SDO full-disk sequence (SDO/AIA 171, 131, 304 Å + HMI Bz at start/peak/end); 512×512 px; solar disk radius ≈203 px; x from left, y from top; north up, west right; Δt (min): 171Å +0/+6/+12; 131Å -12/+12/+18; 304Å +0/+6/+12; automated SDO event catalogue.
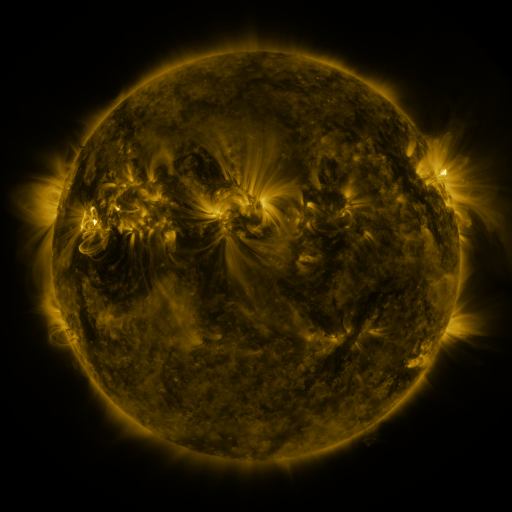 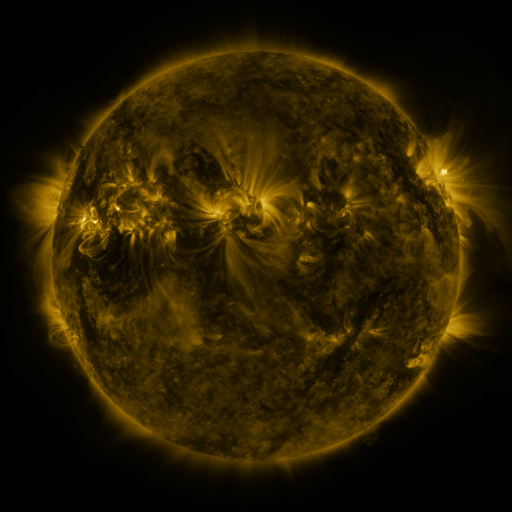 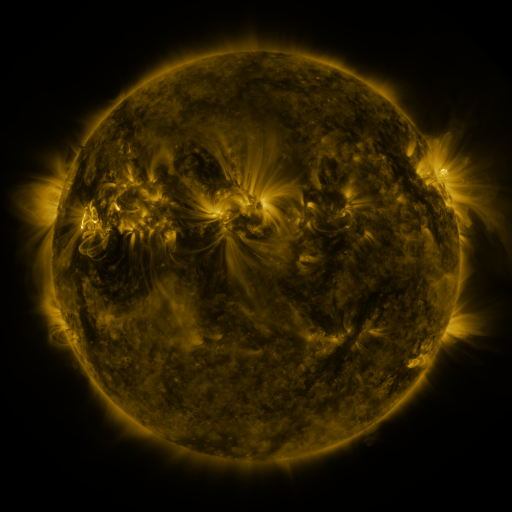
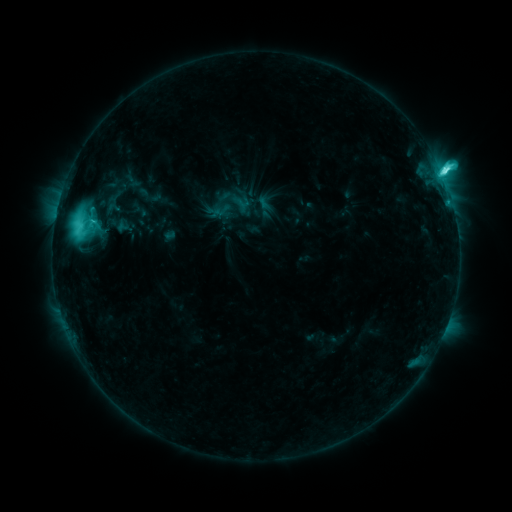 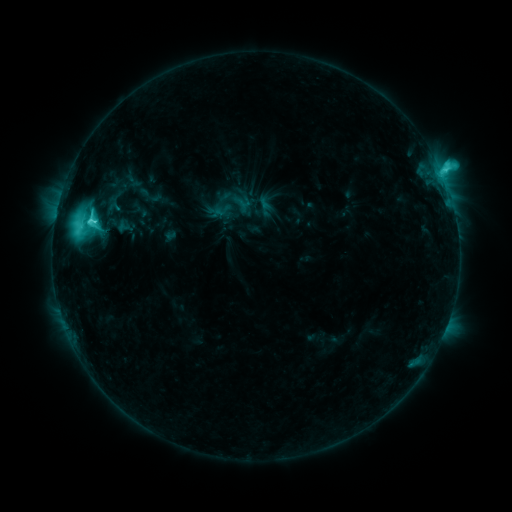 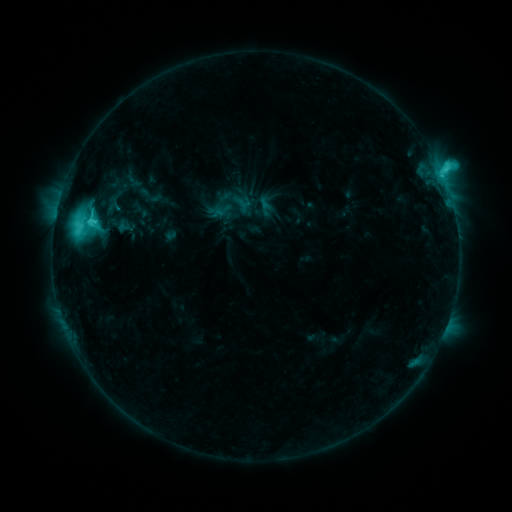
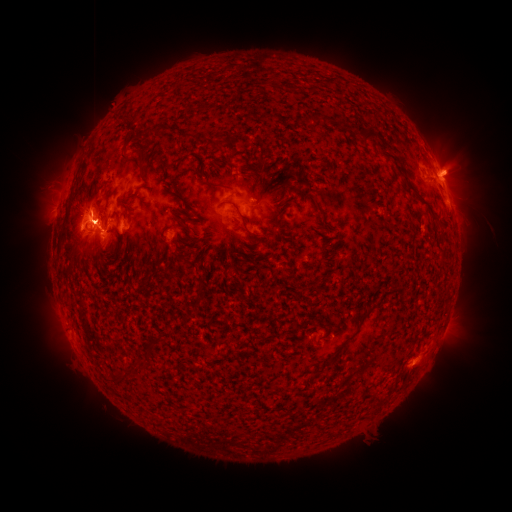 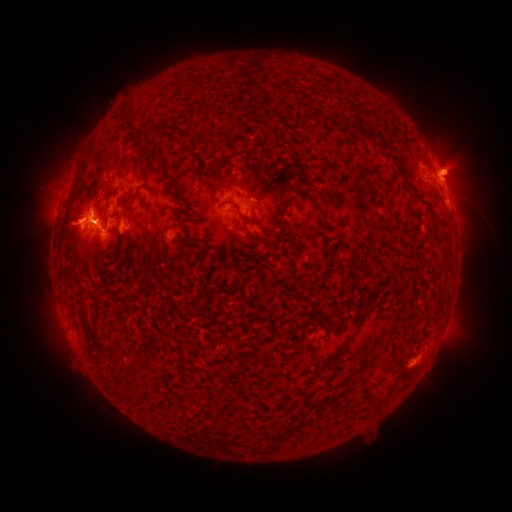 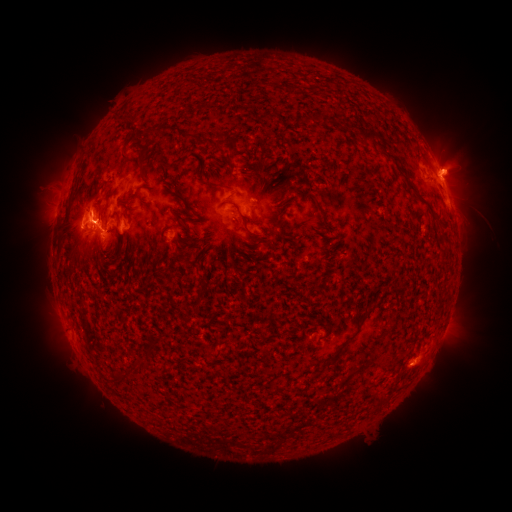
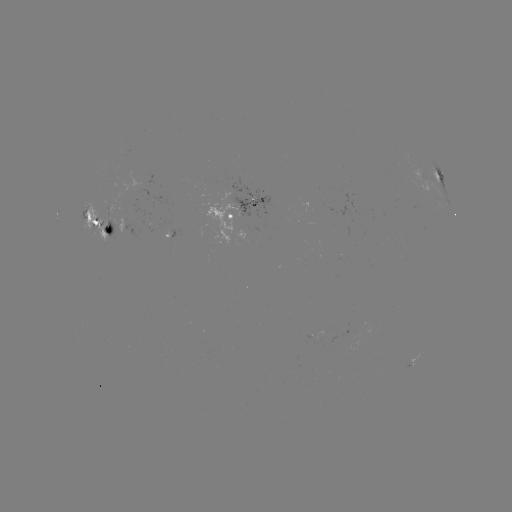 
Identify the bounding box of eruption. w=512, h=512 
[42, 199, 90, 251].